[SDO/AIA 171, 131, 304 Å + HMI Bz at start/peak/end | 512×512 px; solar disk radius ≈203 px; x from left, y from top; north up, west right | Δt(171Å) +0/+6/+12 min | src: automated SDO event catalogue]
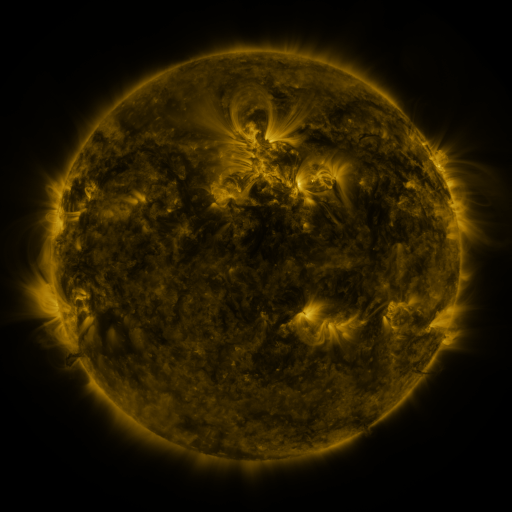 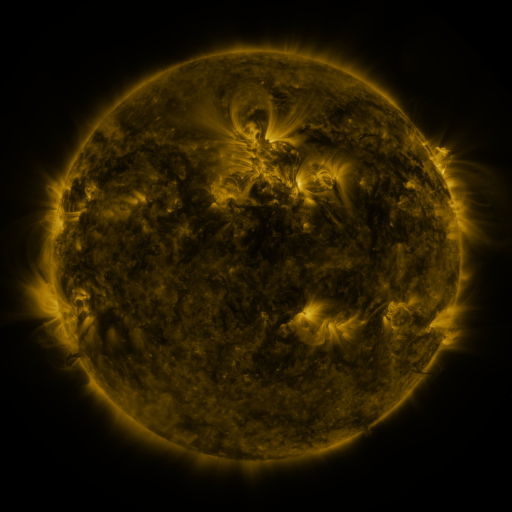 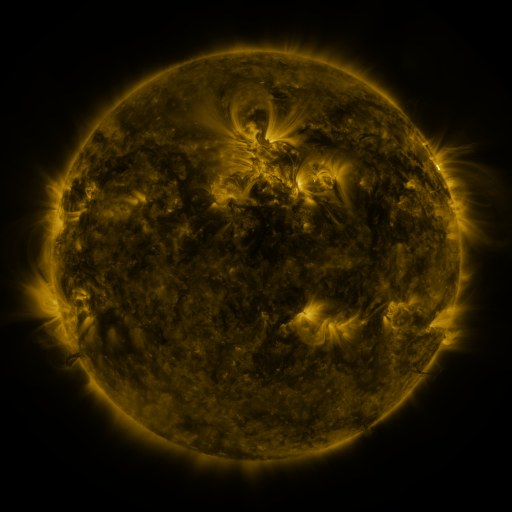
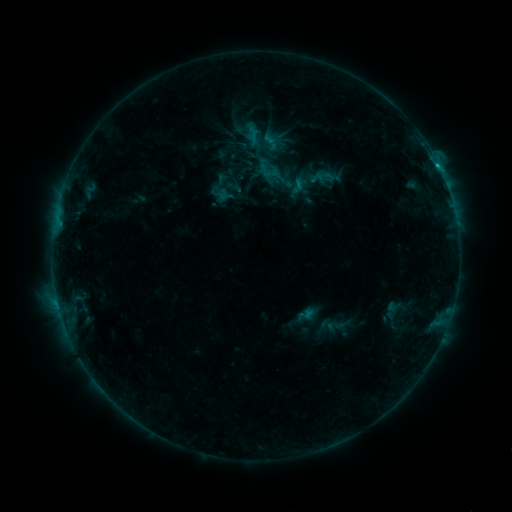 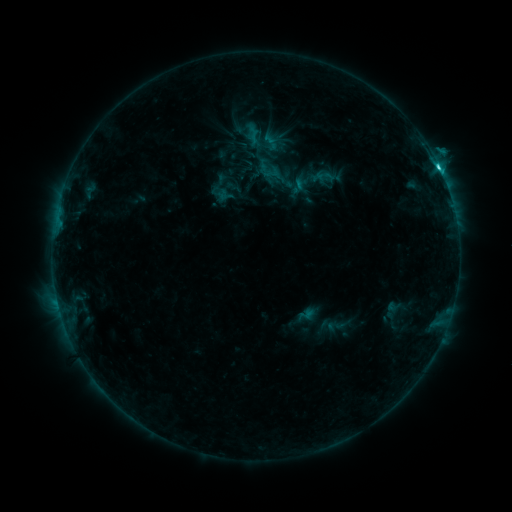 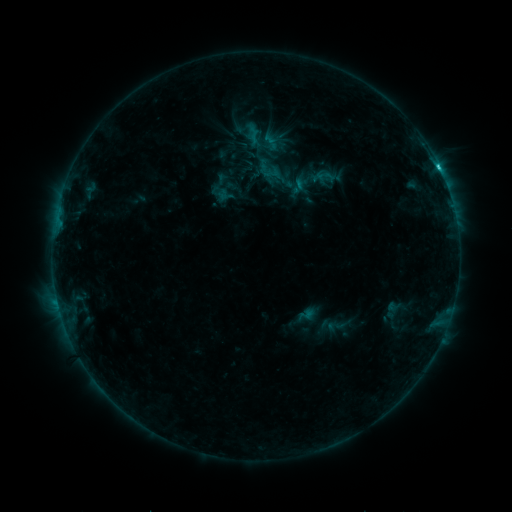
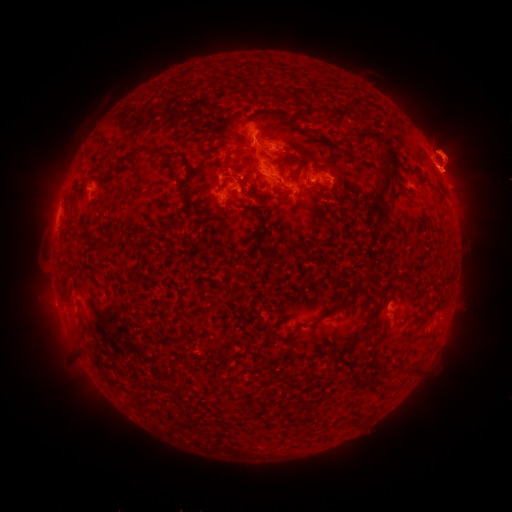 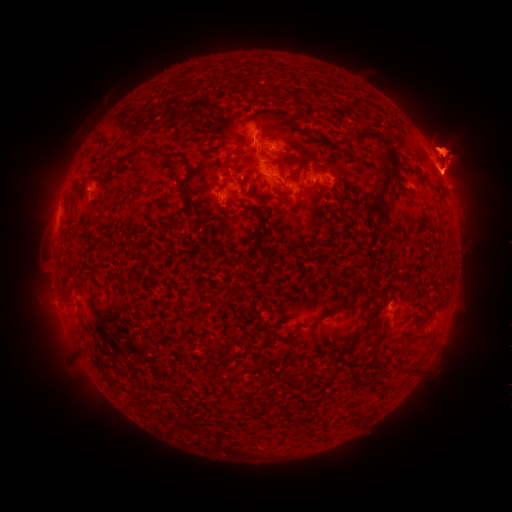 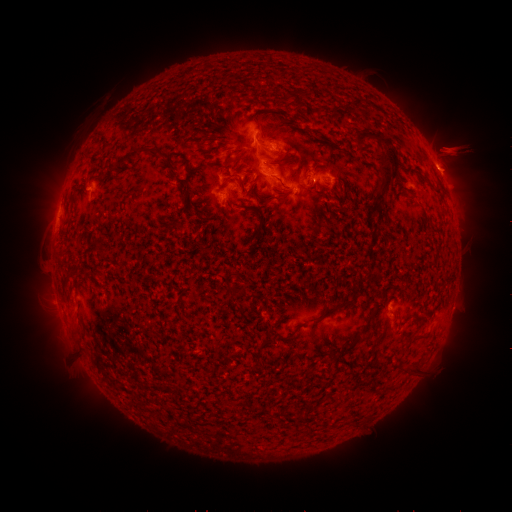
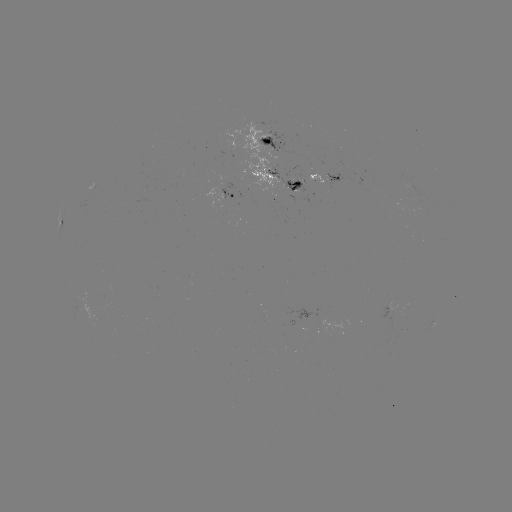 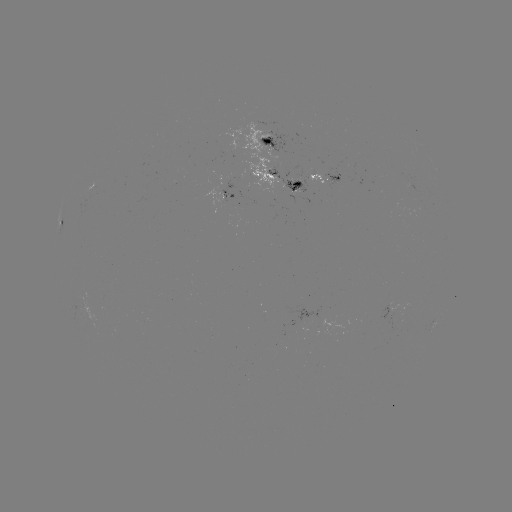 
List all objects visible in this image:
C2.4 flare: (438, 168)
